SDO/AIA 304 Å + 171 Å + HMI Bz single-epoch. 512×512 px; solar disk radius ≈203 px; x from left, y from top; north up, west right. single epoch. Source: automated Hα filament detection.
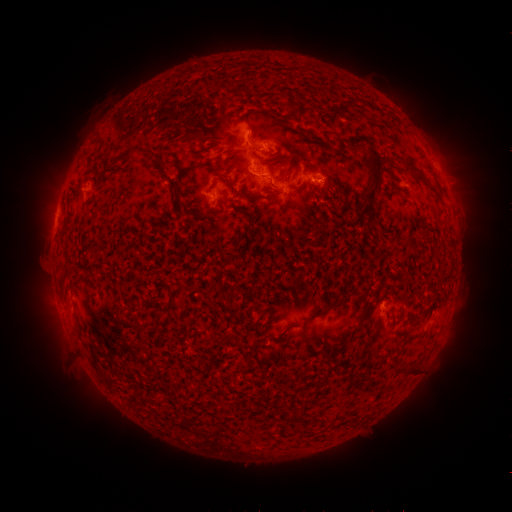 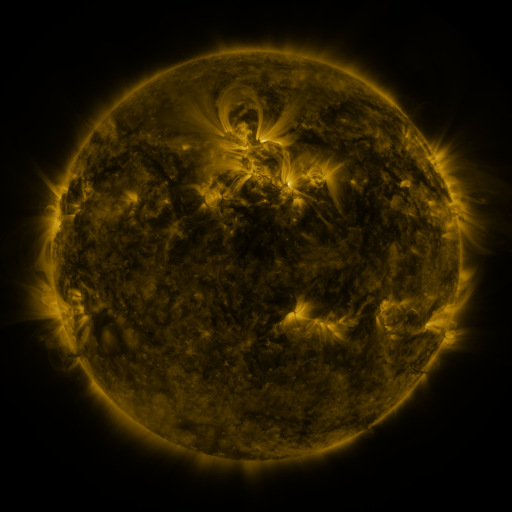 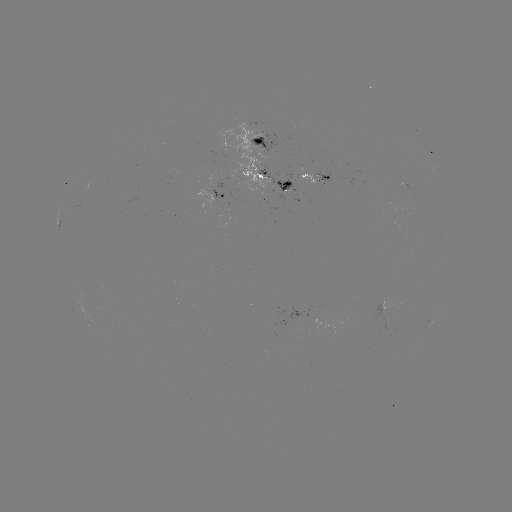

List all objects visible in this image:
filament: [286, 92, 295, 111]
filament: [245, 117, 255, 132]
filament: [346, 135, 372, 150]
filament: [113, 147, 135, 164]
filament: [360, 149, 385, 215]
filament: [177, 161, 202, 174]
filament: [212, 162, 224, 169]
filament: [422, 163, 433, 173]
filament: [220, 172, 234, 188]
